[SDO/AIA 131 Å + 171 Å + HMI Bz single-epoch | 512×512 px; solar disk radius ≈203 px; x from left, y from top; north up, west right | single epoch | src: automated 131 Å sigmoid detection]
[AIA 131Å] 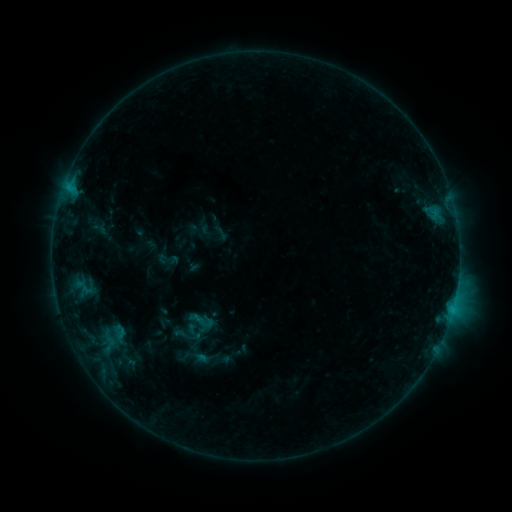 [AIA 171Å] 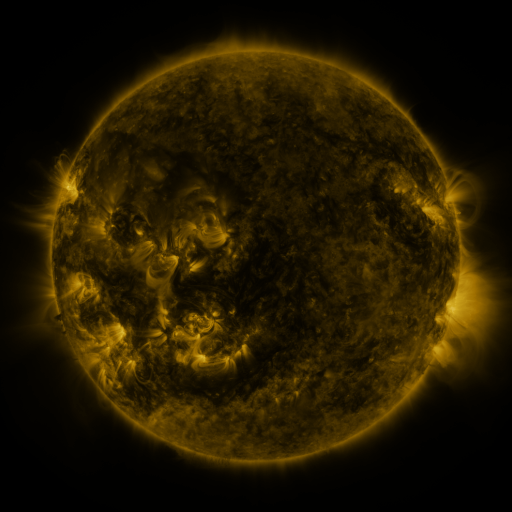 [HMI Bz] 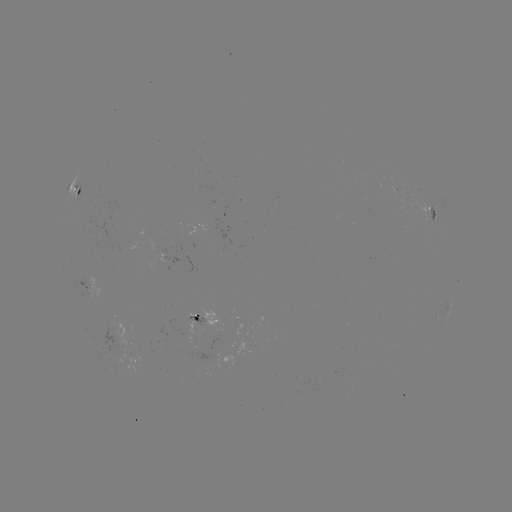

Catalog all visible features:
sigmoid: [185, 305, 217, 335]
